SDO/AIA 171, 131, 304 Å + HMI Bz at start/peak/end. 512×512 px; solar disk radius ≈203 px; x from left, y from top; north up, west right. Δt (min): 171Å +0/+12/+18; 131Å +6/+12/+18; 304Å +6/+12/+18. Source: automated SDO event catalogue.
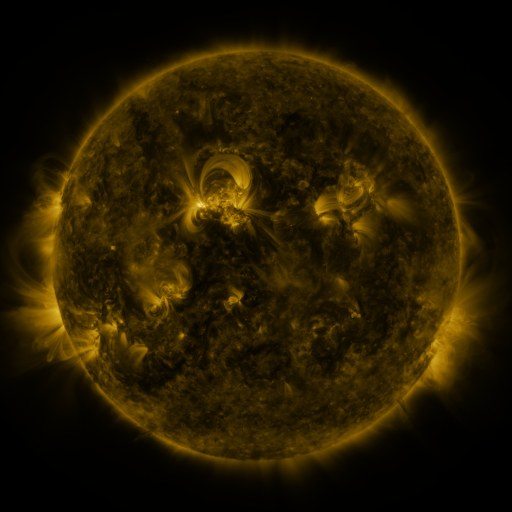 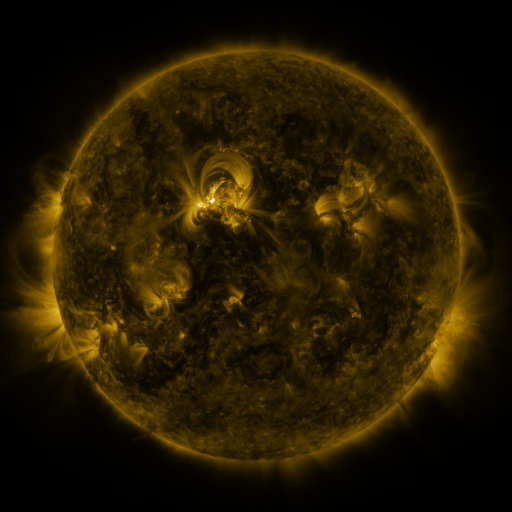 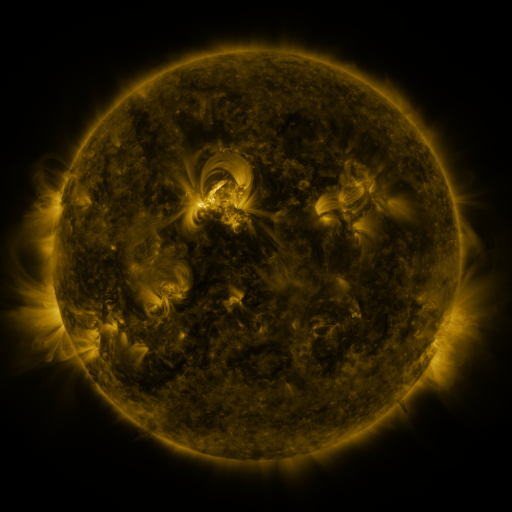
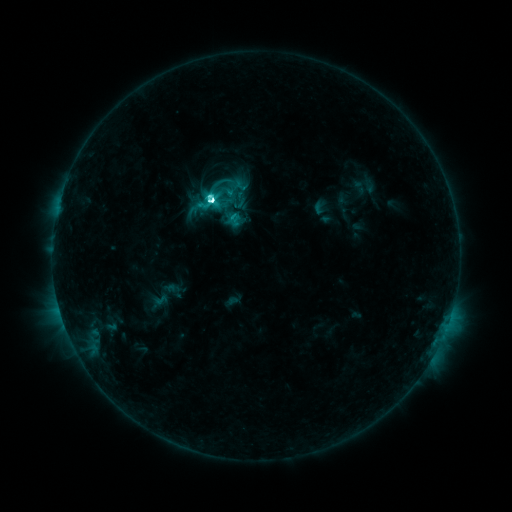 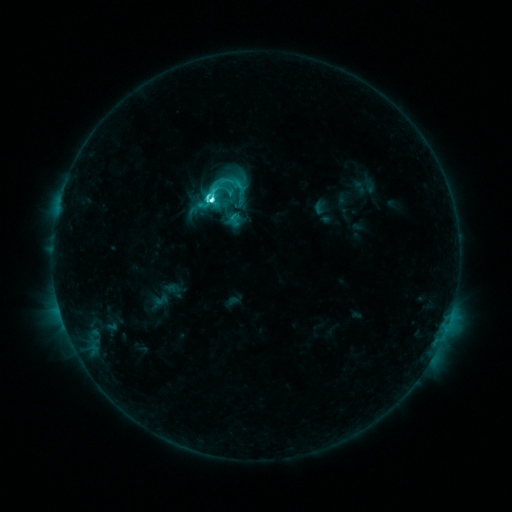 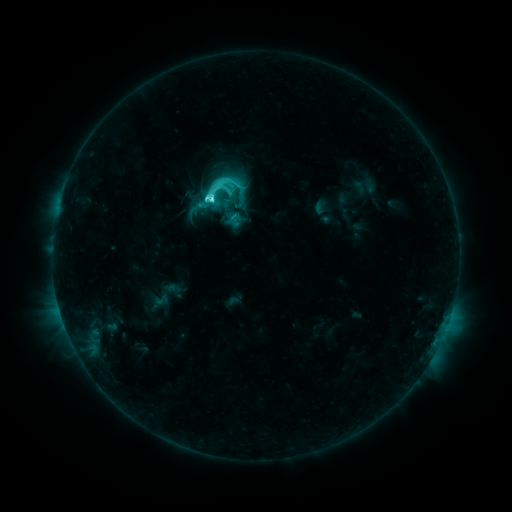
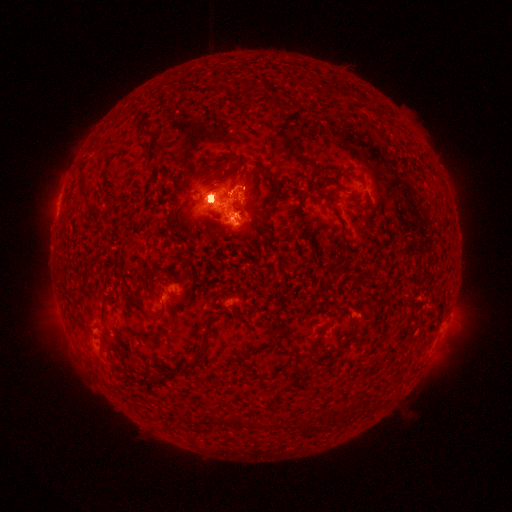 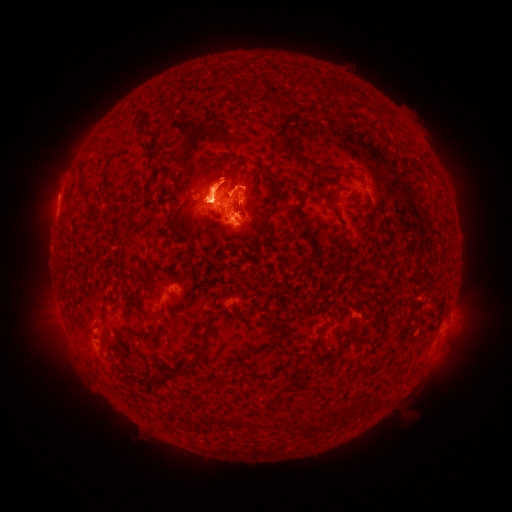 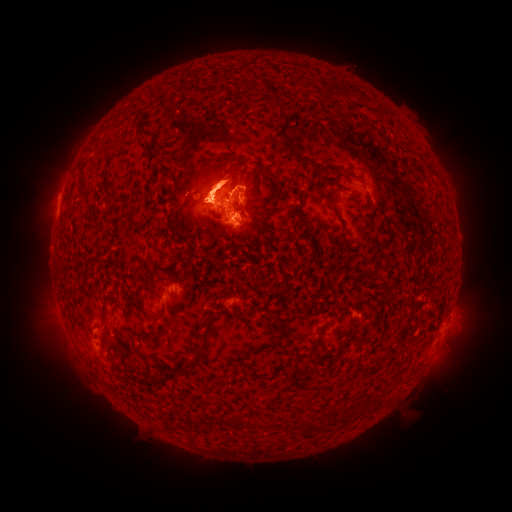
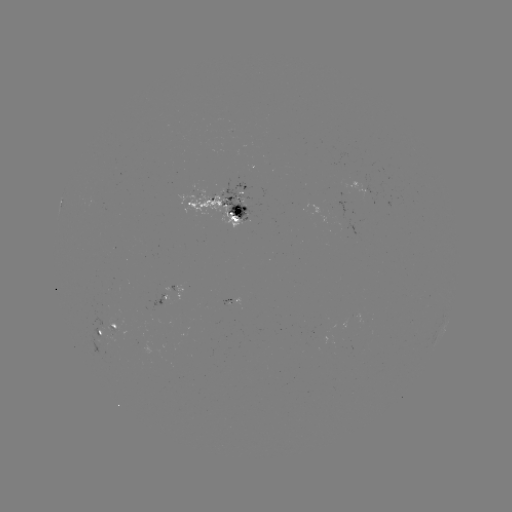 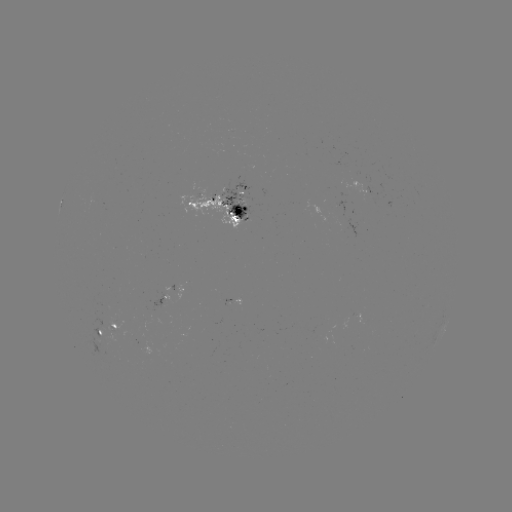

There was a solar eruption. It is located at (66, 170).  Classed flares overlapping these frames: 1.